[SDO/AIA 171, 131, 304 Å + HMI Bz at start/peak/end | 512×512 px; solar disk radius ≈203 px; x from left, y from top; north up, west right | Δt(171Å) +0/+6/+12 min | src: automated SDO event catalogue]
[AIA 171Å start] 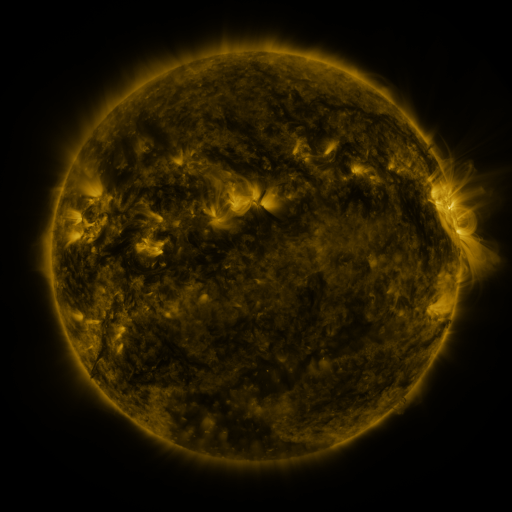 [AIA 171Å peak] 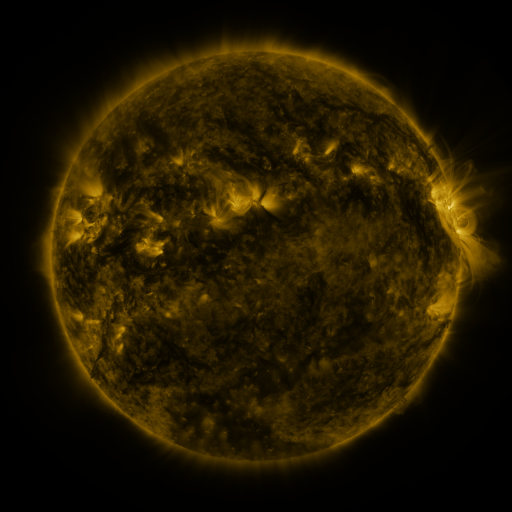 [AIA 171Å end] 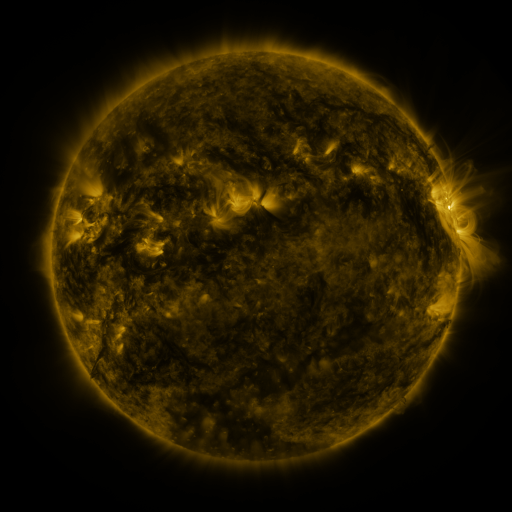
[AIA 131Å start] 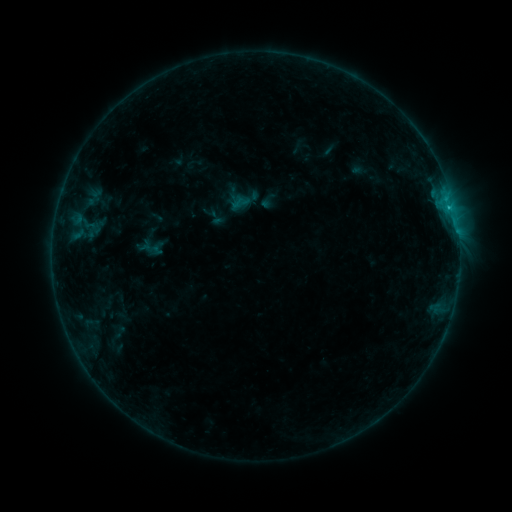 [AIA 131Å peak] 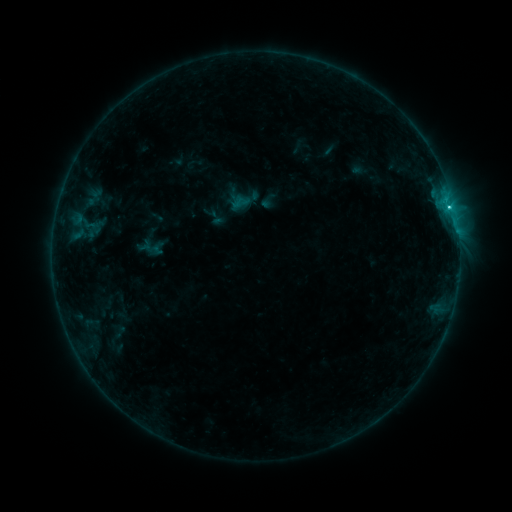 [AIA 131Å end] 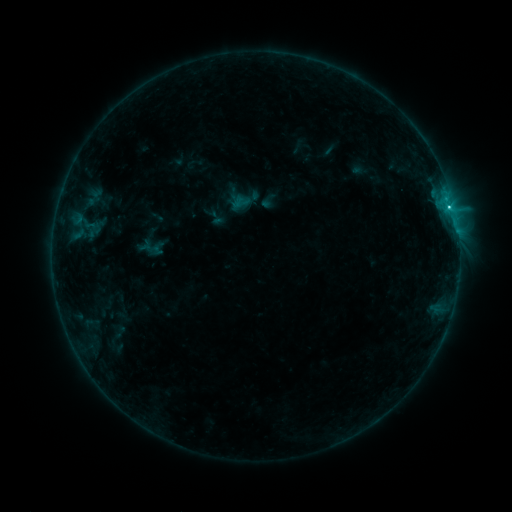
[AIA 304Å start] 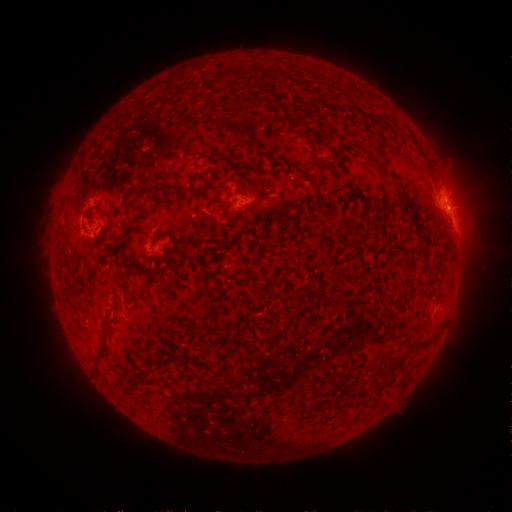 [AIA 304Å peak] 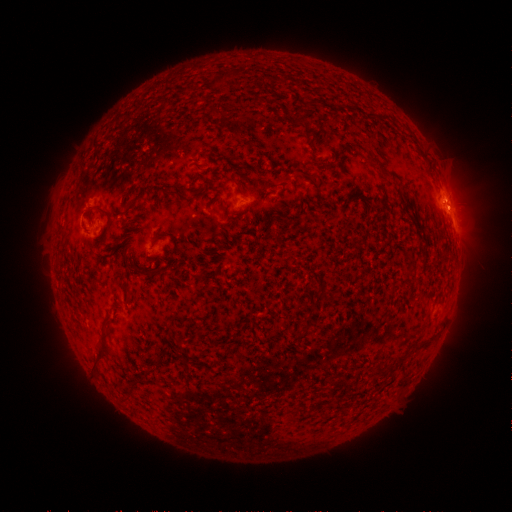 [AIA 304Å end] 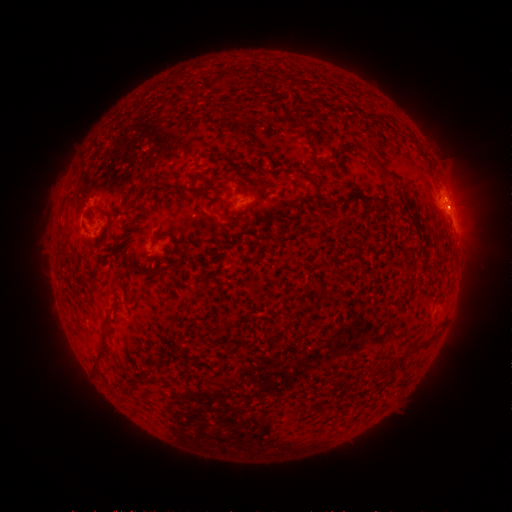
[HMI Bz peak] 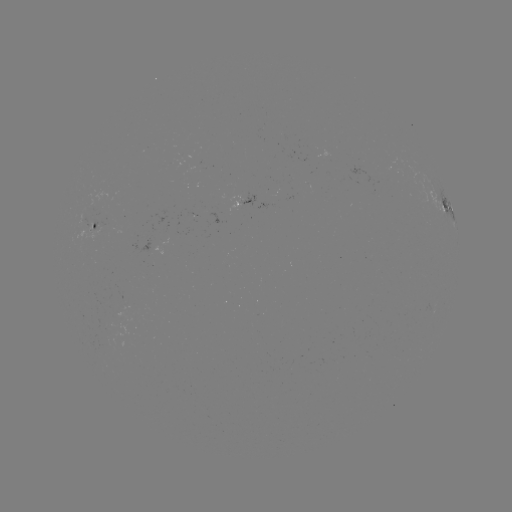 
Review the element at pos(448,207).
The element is C2.8 flare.